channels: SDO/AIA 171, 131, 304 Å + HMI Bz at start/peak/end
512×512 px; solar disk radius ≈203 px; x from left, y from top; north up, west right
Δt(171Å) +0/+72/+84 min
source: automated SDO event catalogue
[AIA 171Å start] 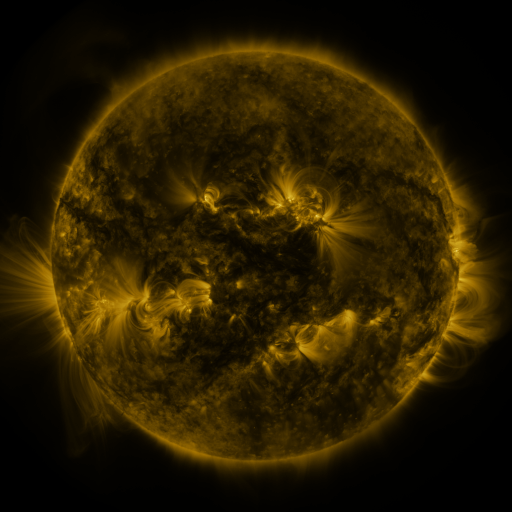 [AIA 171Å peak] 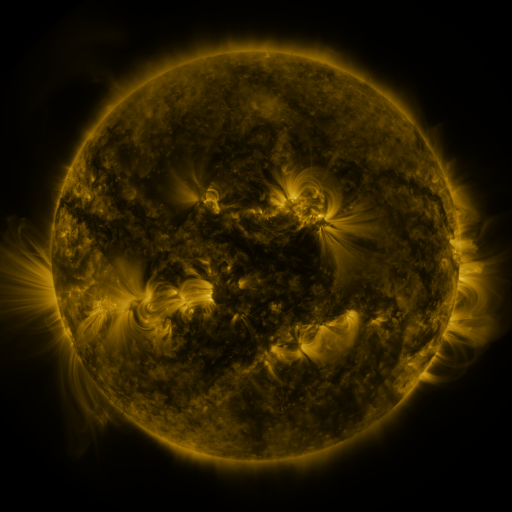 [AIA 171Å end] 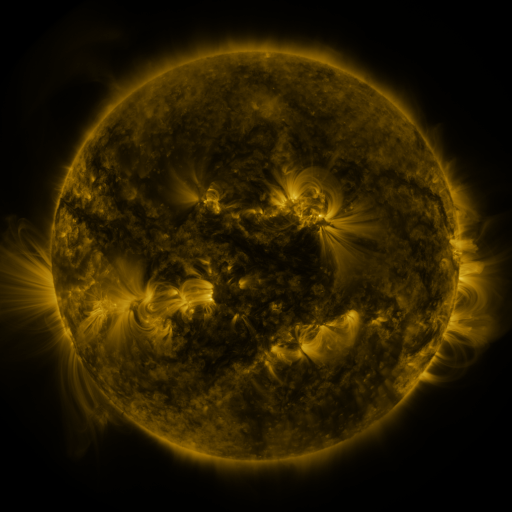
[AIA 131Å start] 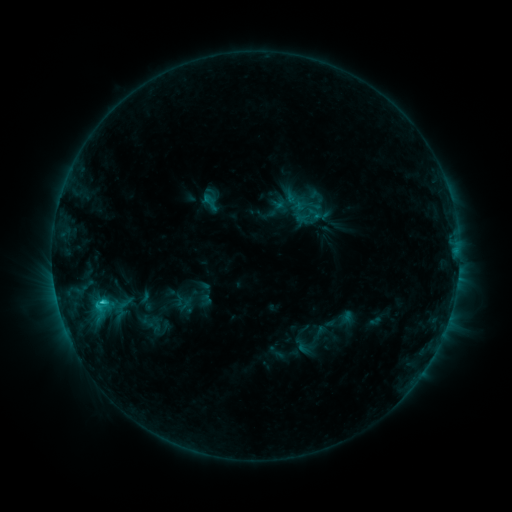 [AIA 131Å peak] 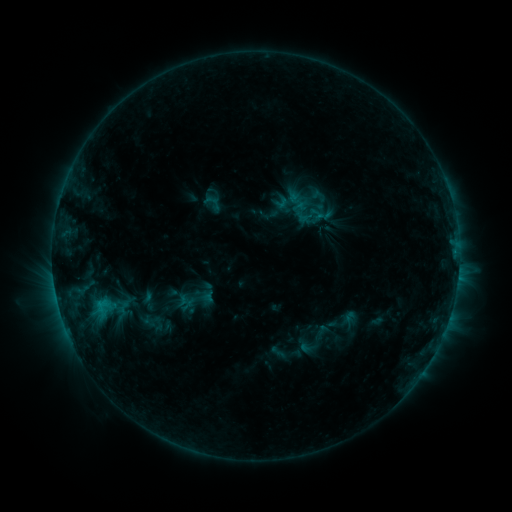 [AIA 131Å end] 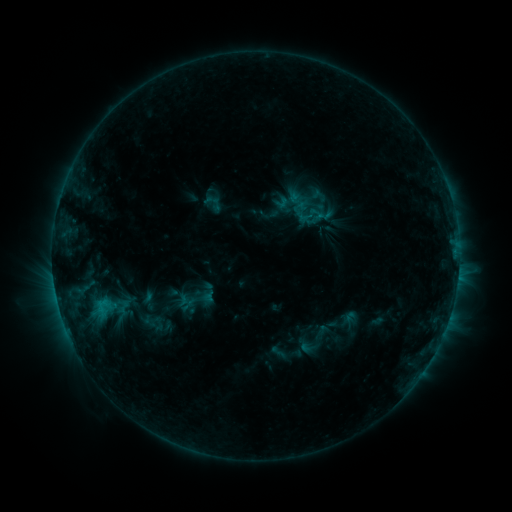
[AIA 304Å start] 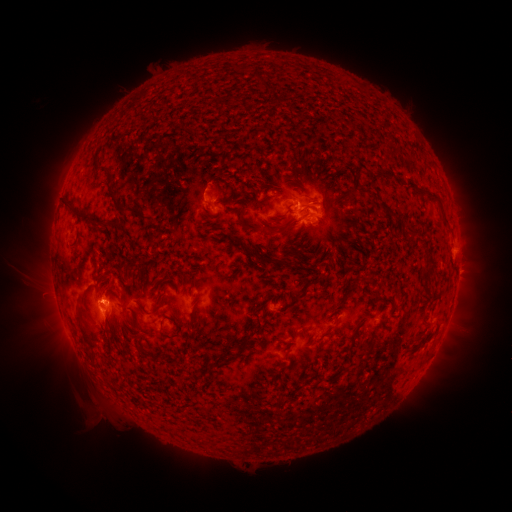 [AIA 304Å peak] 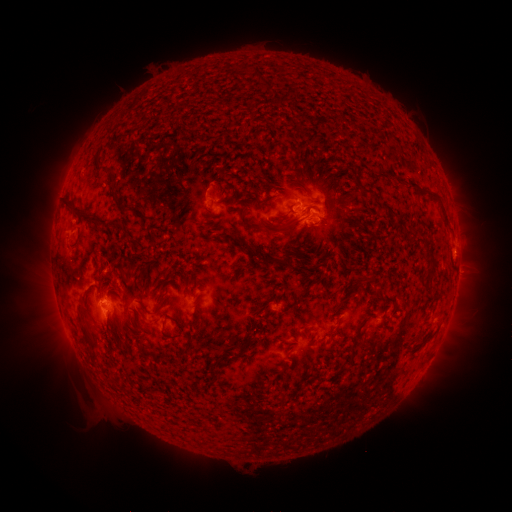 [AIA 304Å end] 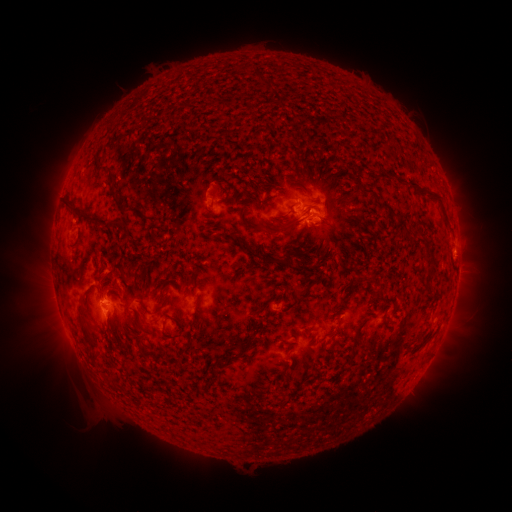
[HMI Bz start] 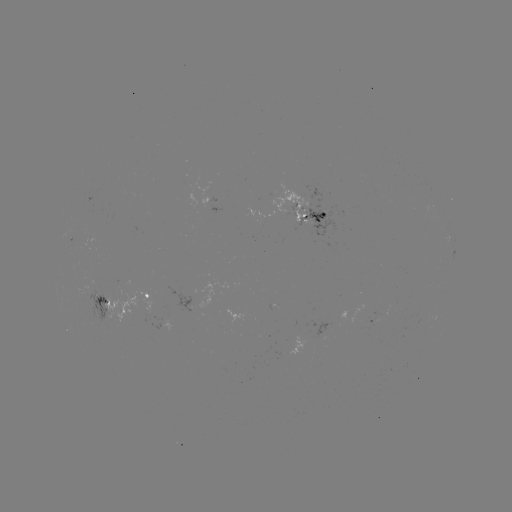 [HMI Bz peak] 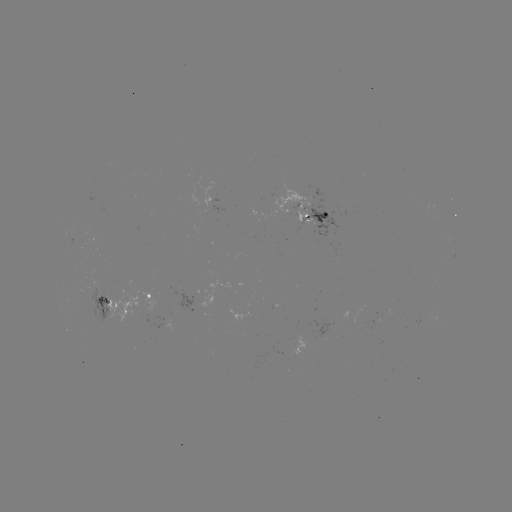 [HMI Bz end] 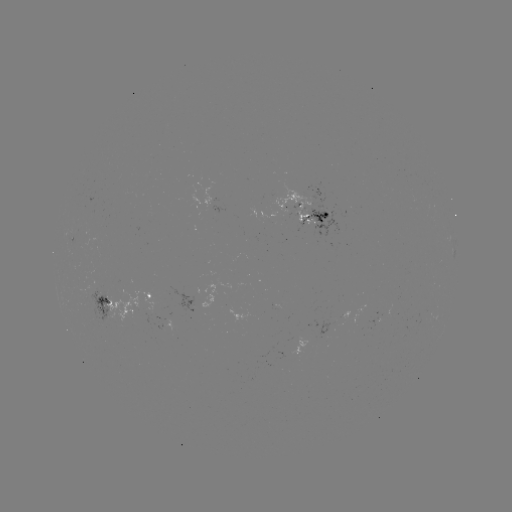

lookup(emerging-flux region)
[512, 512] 104,311